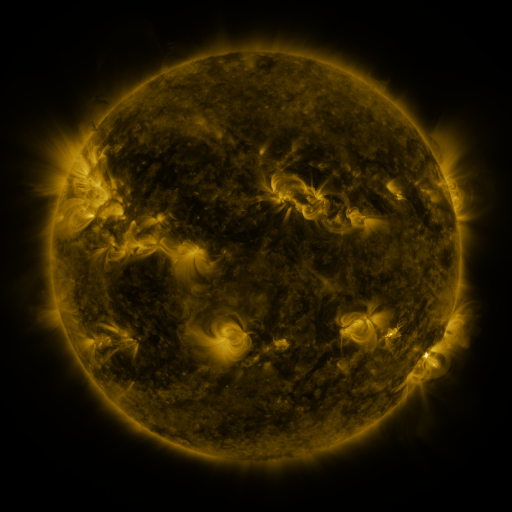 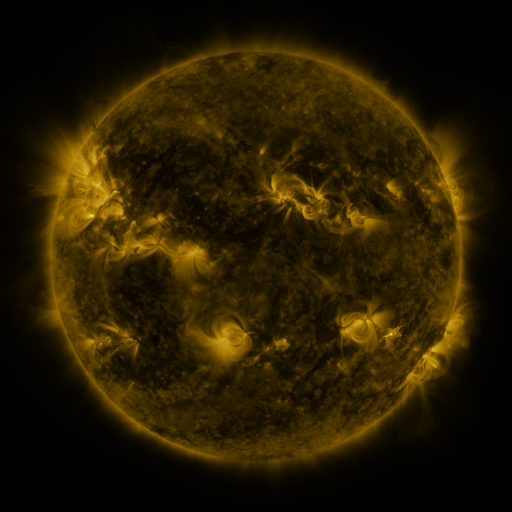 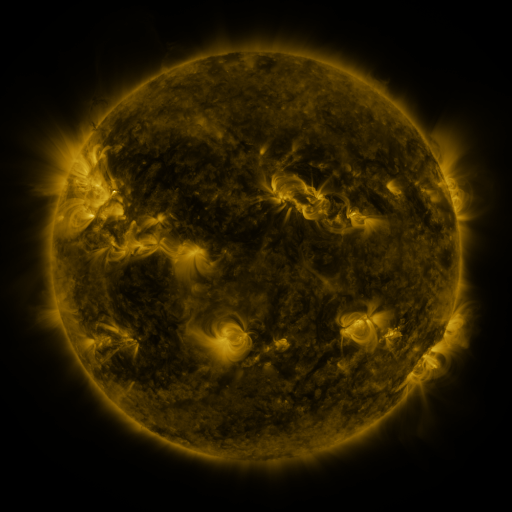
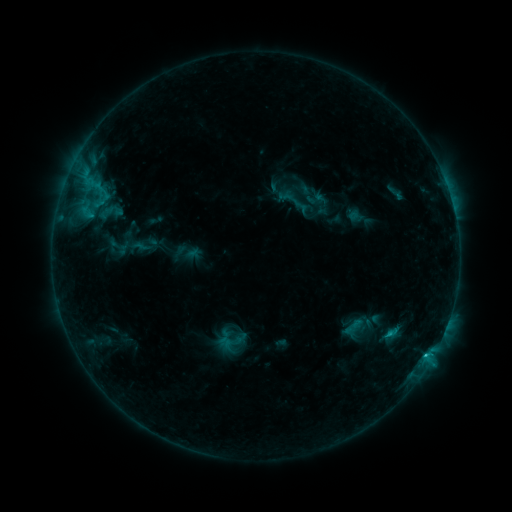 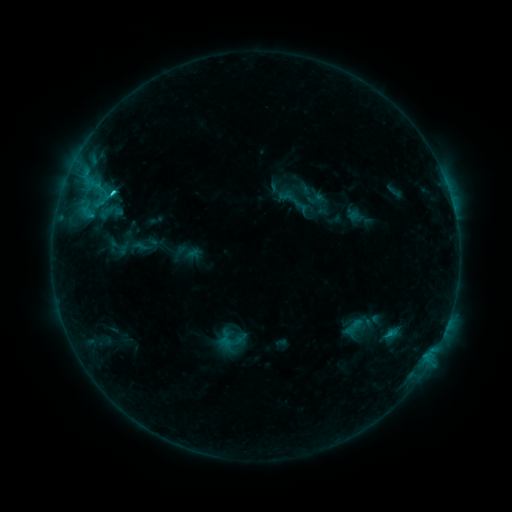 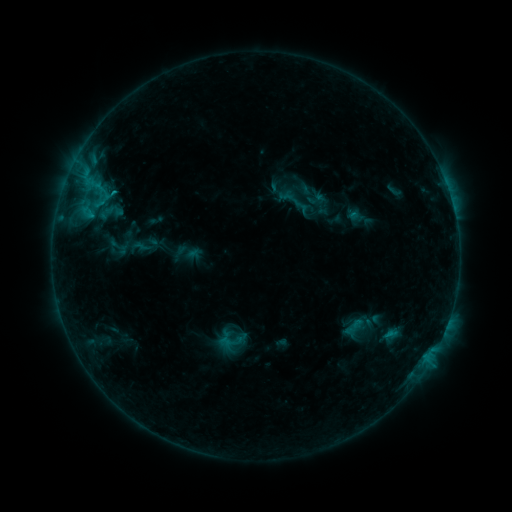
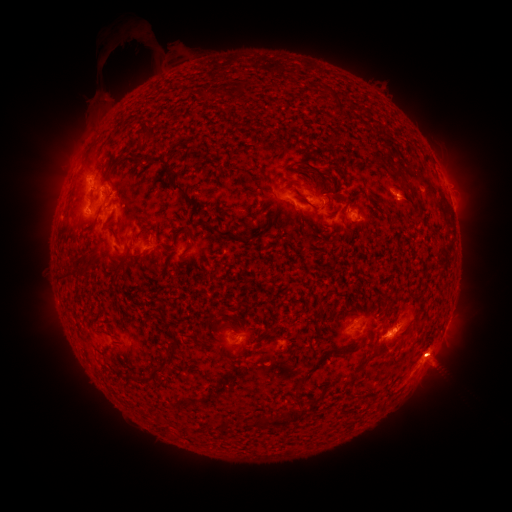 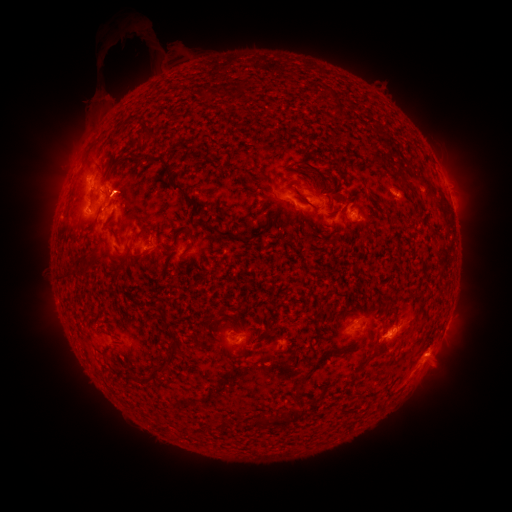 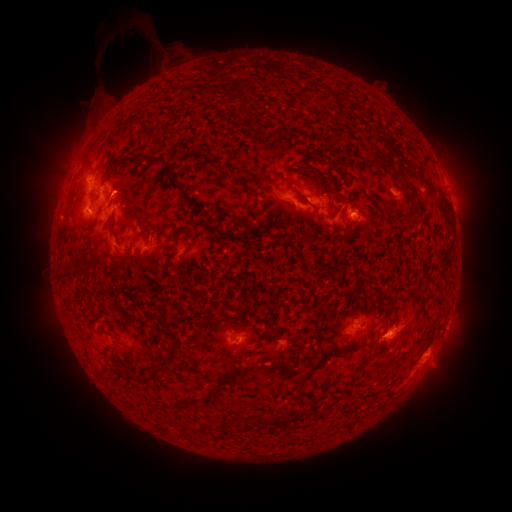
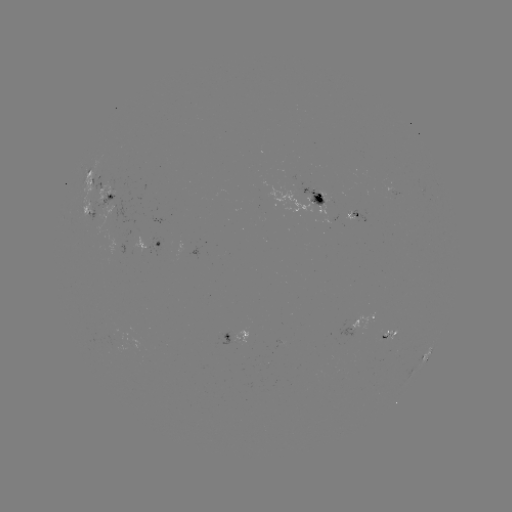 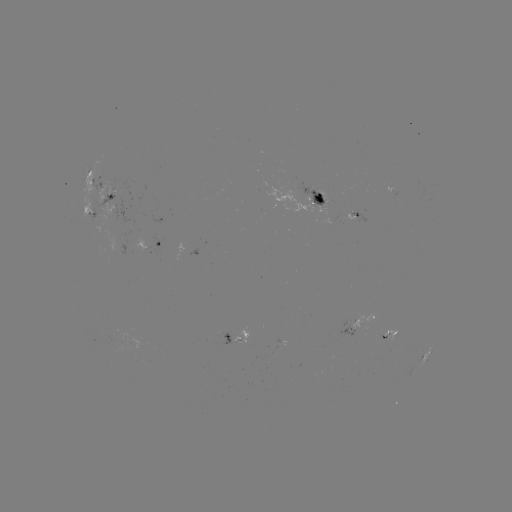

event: flare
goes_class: C1.4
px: (113, 195)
